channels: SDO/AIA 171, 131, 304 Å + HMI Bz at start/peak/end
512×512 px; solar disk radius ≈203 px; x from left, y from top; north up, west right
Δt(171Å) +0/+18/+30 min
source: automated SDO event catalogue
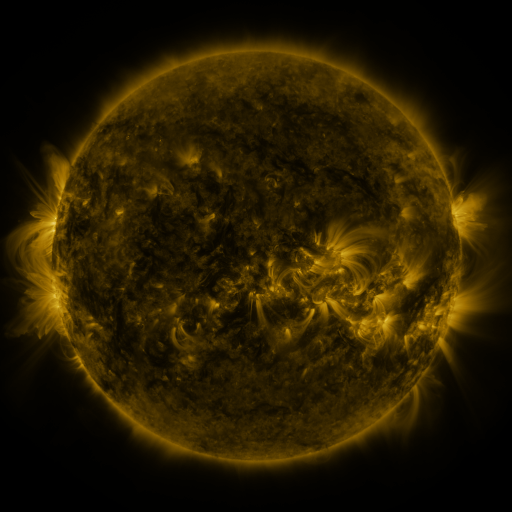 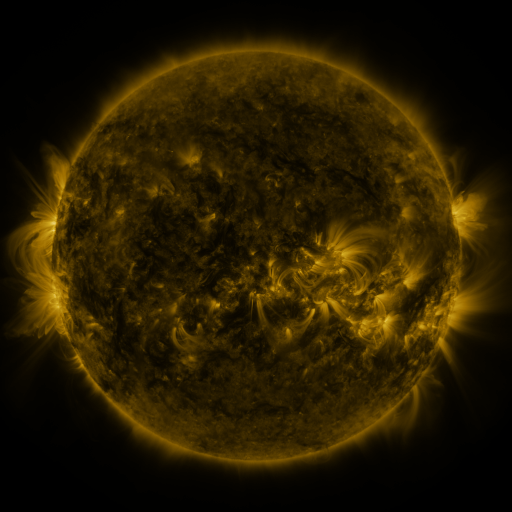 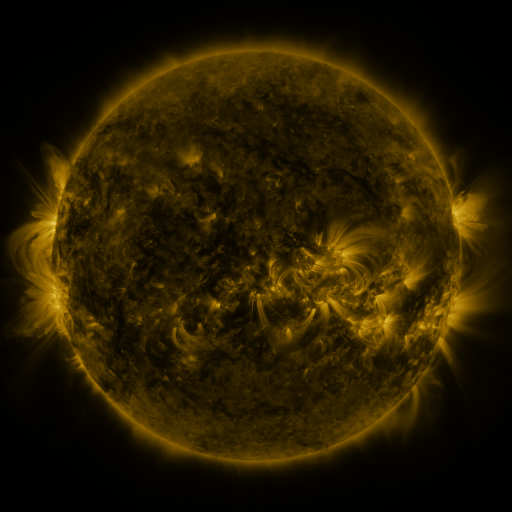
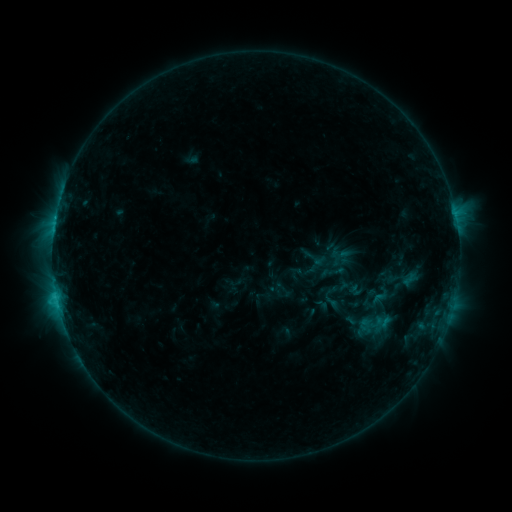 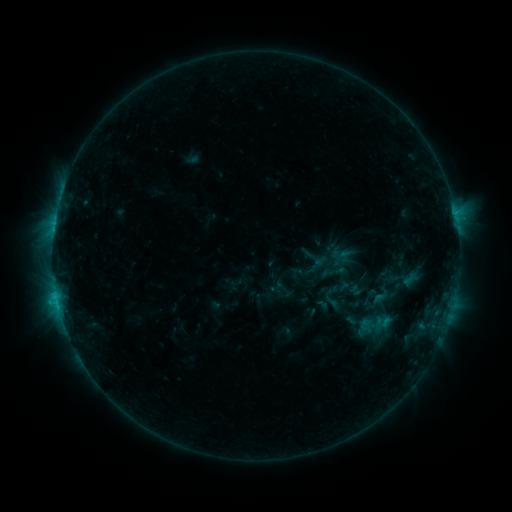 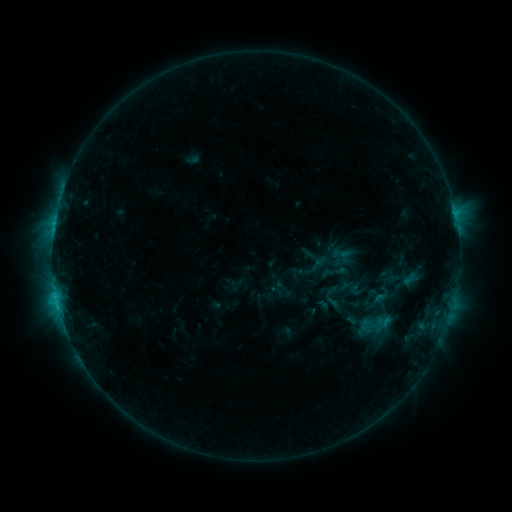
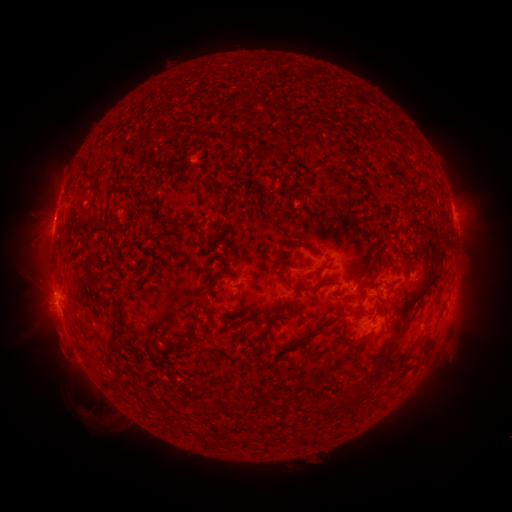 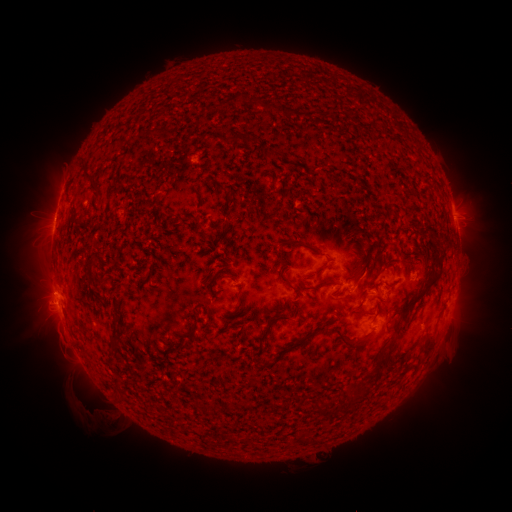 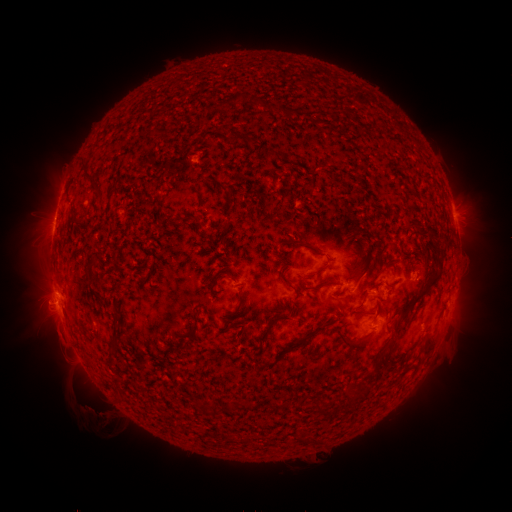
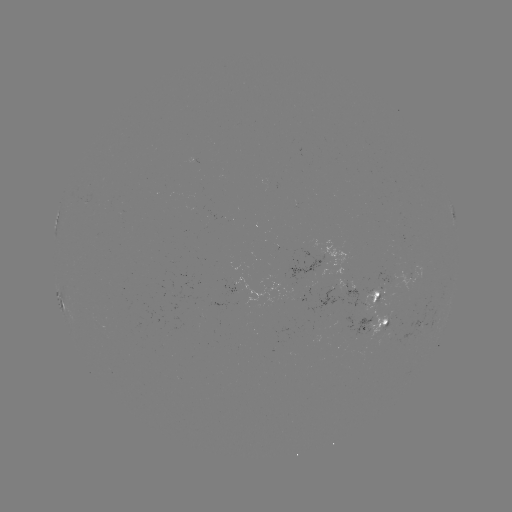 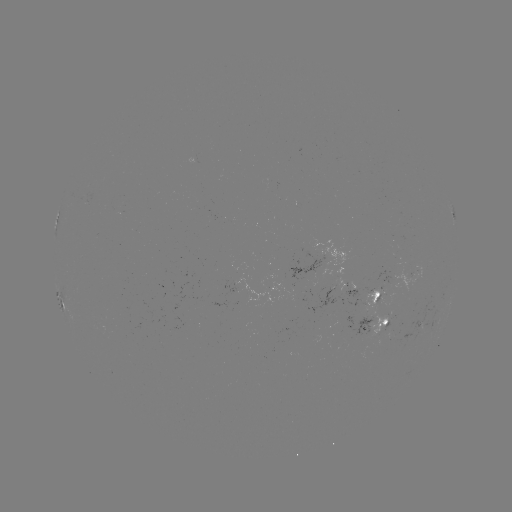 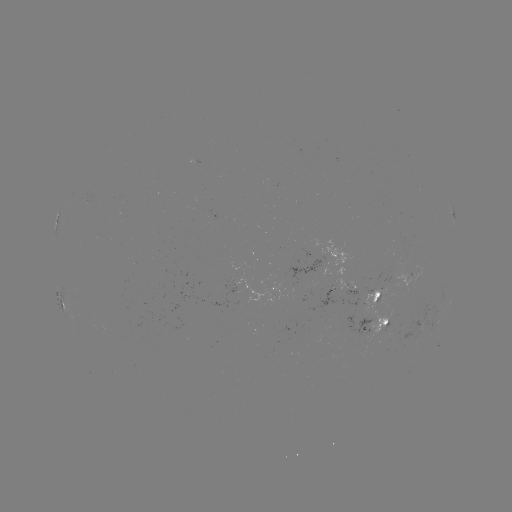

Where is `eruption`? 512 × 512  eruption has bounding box [75, 395, 118, 435].